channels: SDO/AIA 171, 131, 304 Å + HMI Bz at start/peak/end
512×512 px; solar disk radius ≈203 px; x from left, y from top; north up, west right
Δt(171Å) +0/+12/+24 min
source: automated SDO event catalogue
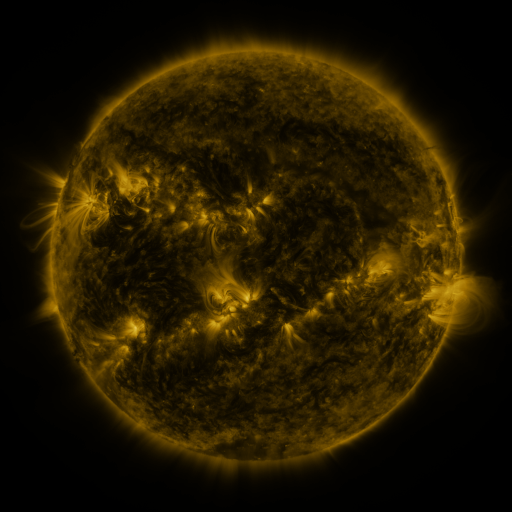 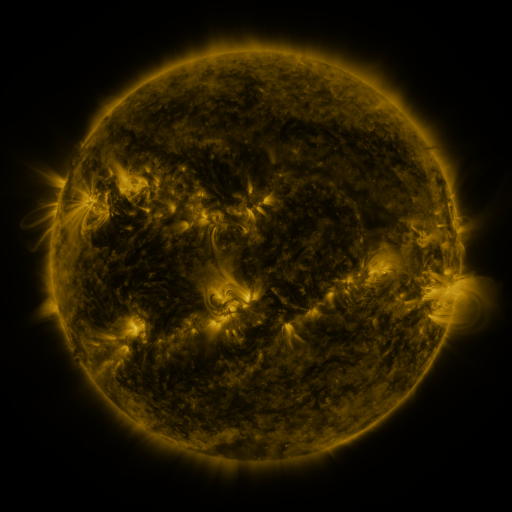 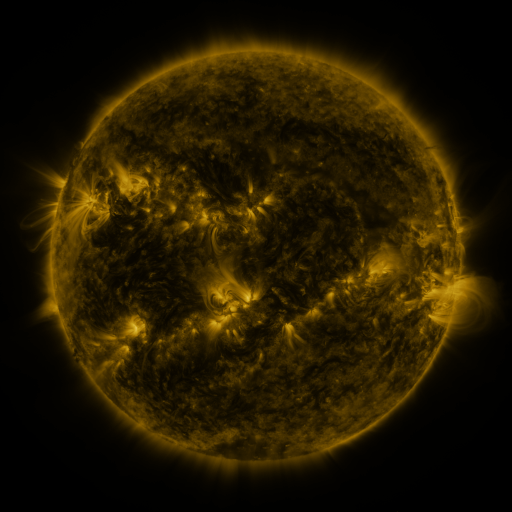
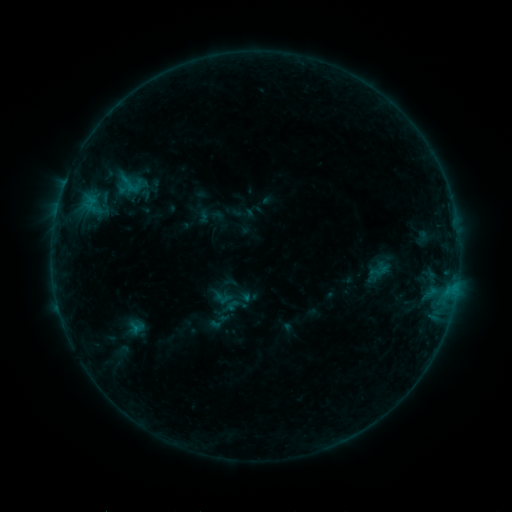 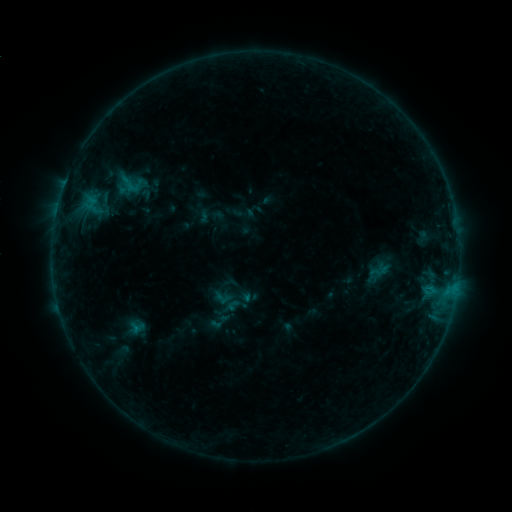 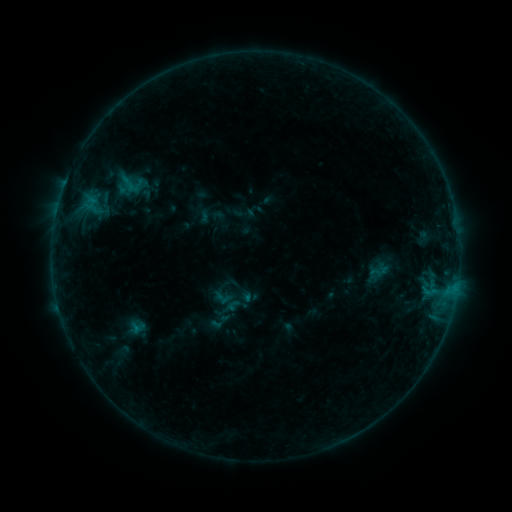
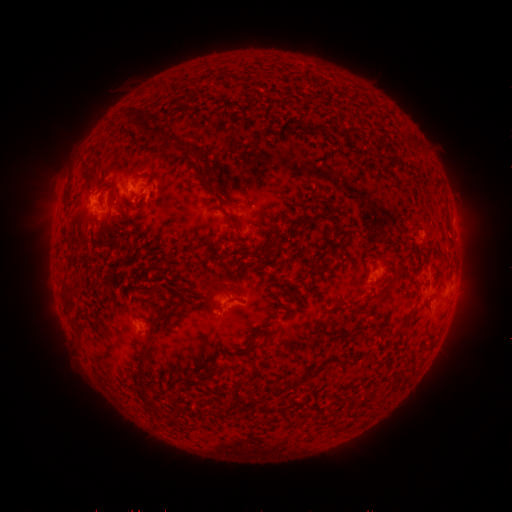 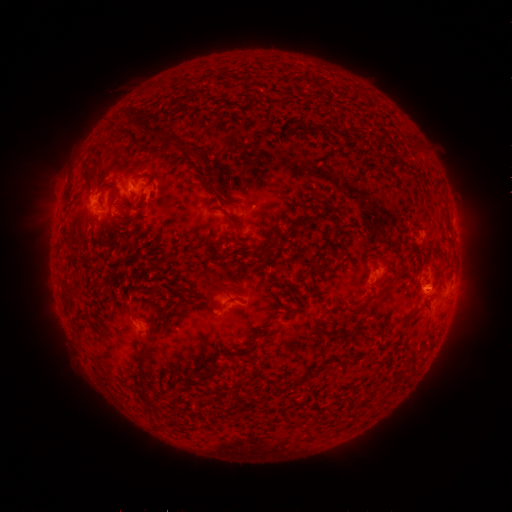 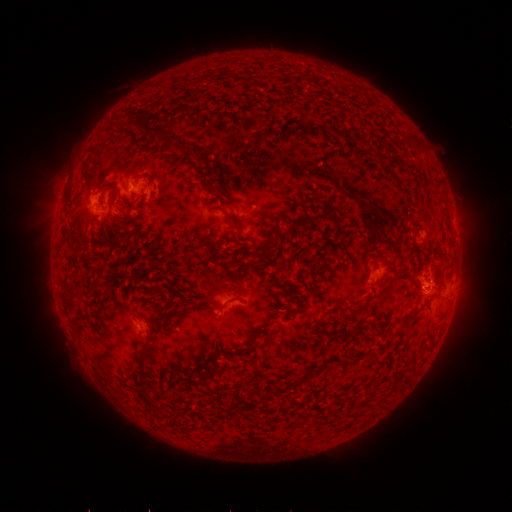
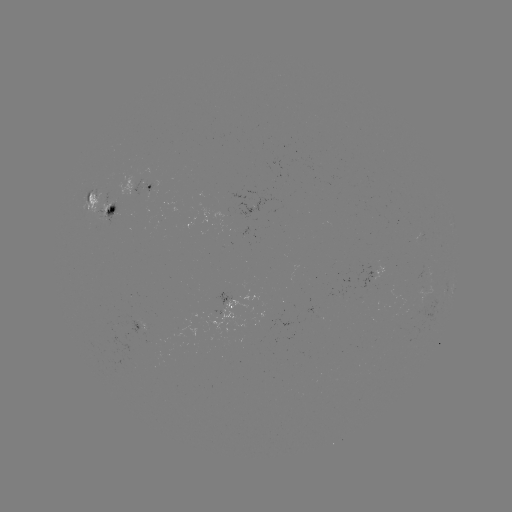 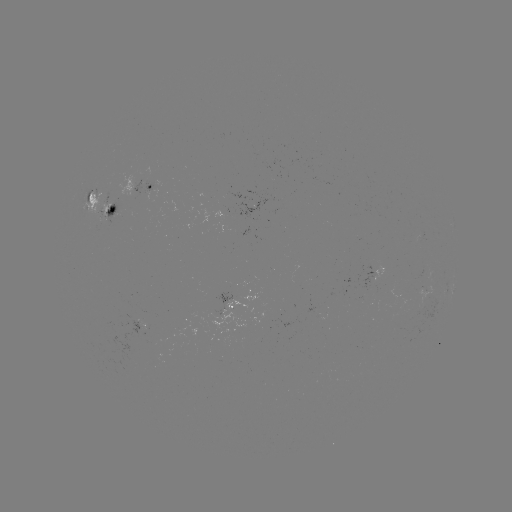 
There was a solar eruption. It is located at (431, 284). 